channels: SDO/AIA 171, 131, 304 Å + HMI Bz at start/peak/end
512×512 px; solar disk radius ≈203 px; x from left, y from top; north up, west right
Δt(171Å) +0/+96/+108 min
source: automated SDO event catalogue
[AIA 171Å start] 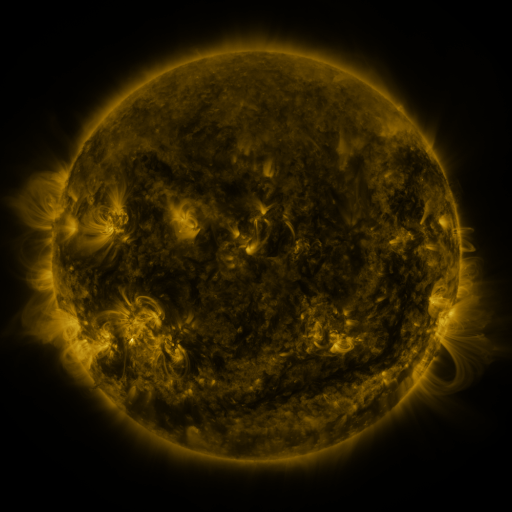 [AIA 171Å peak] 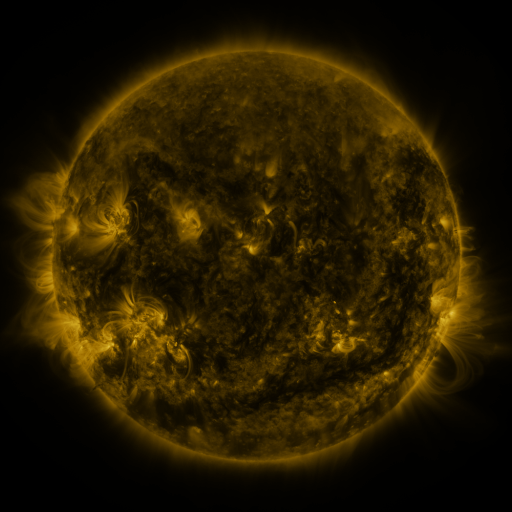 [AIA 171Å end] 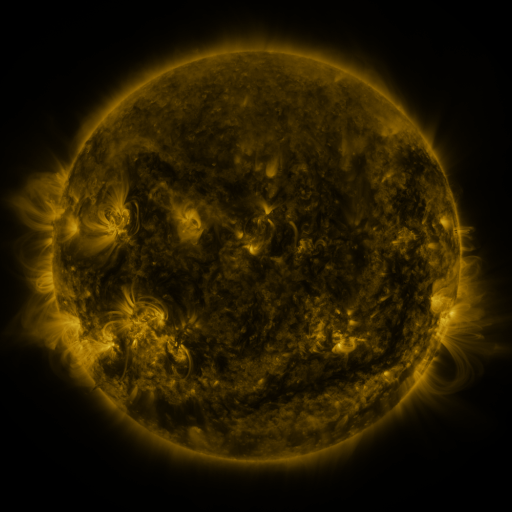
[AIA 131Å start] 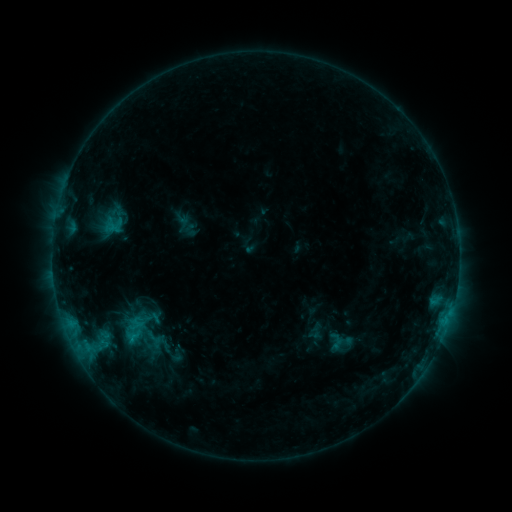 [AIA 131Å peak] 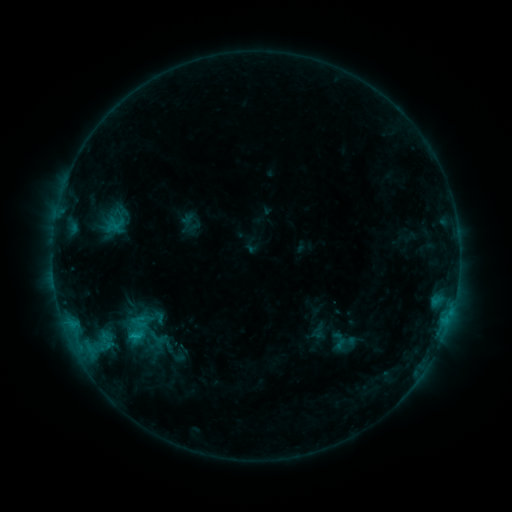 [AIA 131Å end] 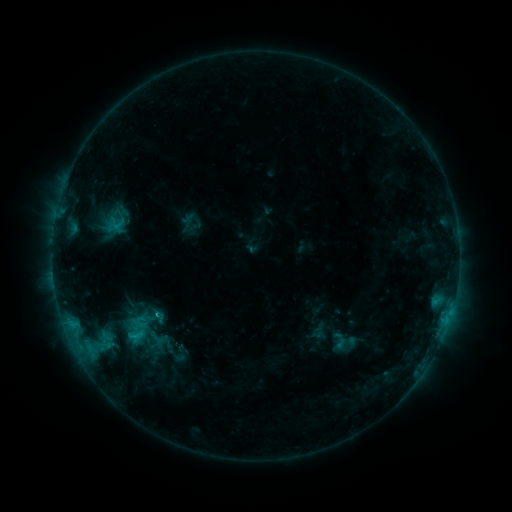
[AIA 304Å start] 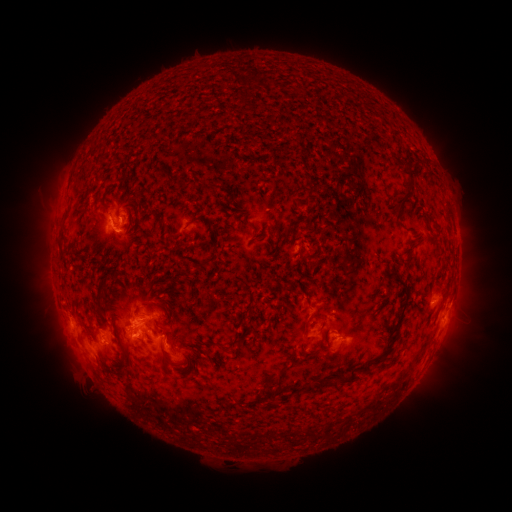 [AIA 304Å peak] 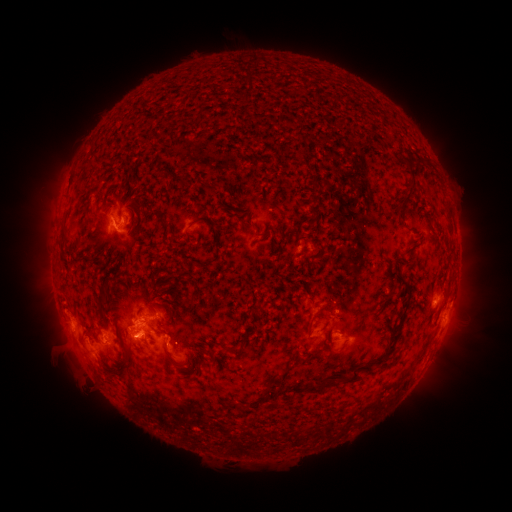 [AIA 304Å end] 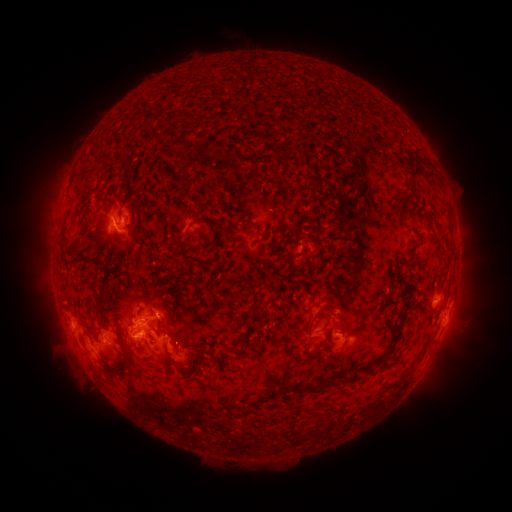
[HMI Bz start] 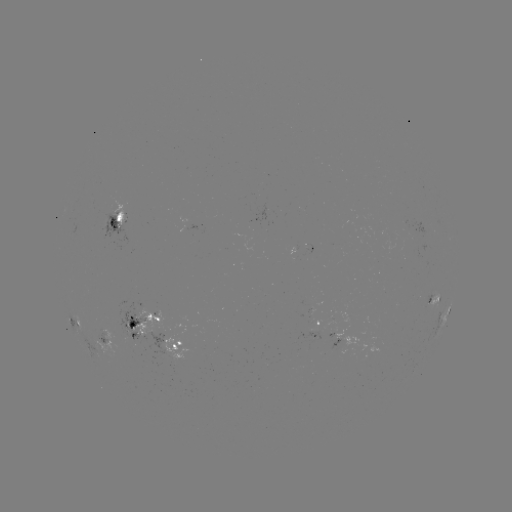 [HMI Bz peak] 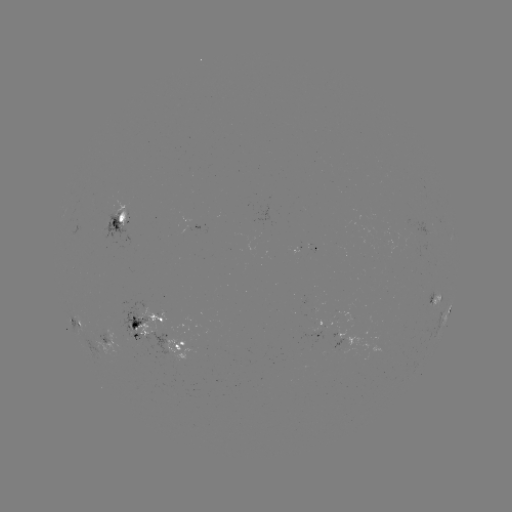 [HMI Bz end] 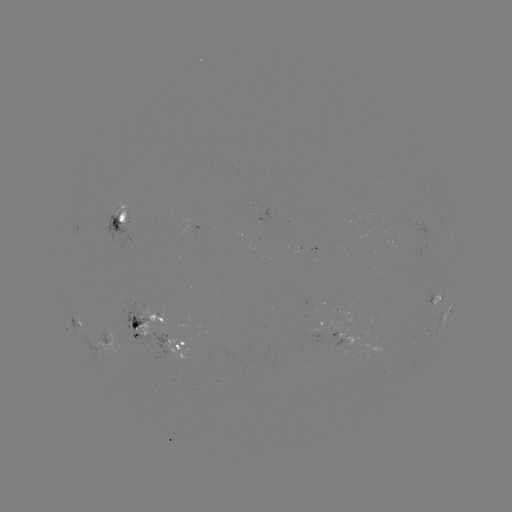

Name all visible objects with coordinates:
emerging-flux region: (135, 326)
